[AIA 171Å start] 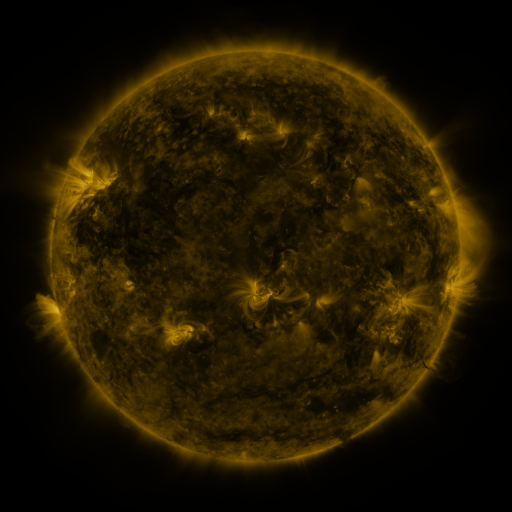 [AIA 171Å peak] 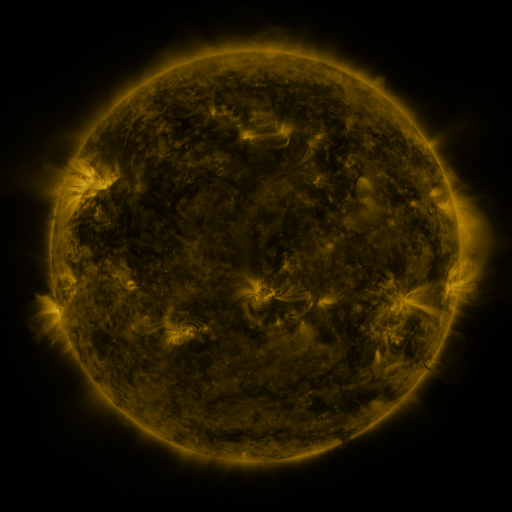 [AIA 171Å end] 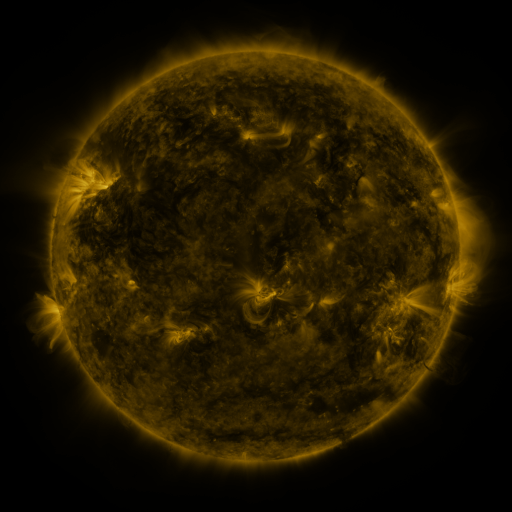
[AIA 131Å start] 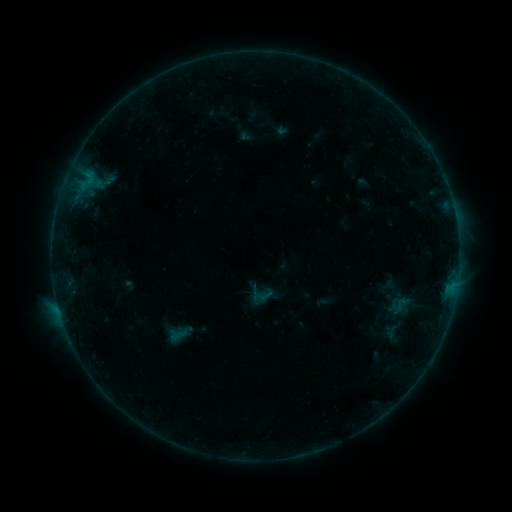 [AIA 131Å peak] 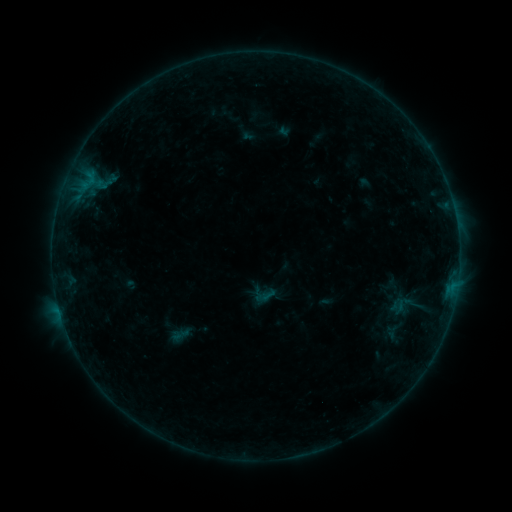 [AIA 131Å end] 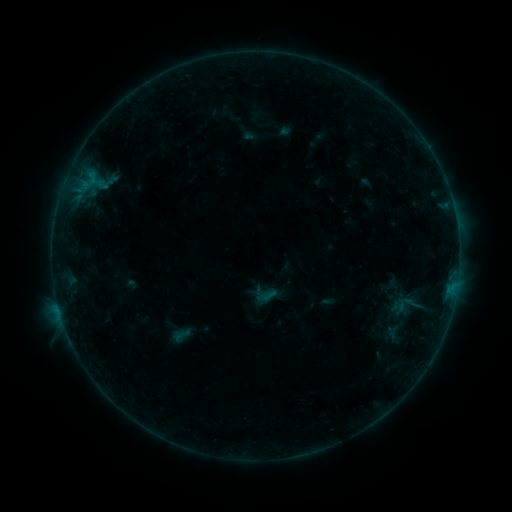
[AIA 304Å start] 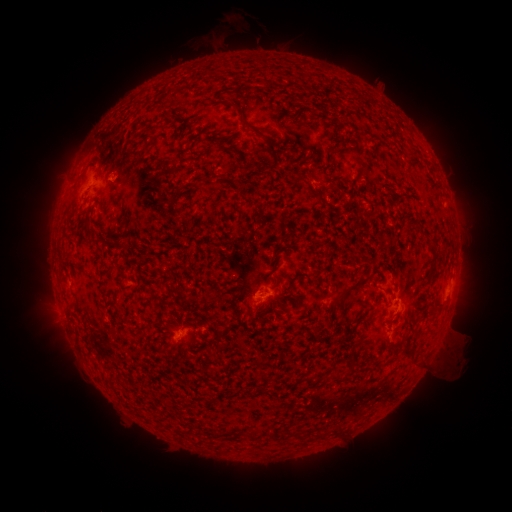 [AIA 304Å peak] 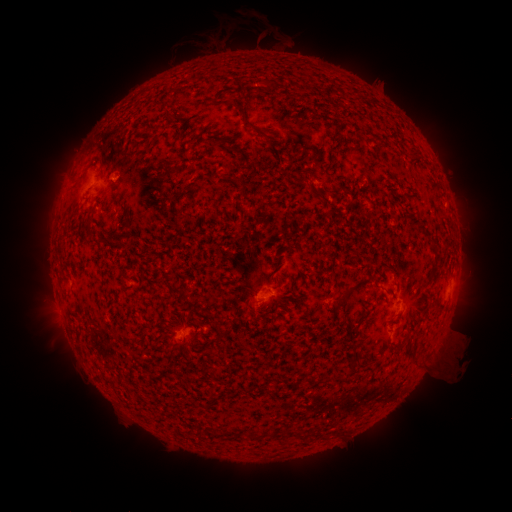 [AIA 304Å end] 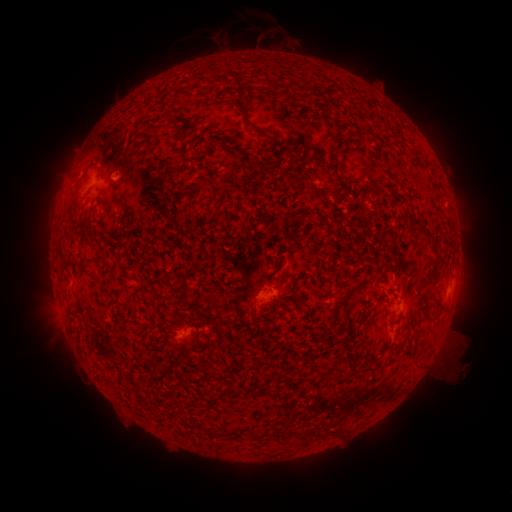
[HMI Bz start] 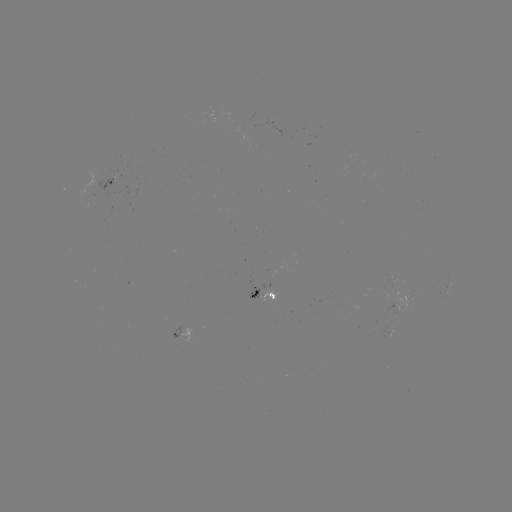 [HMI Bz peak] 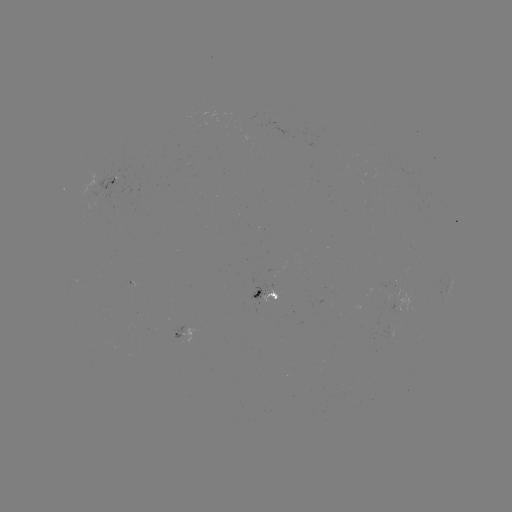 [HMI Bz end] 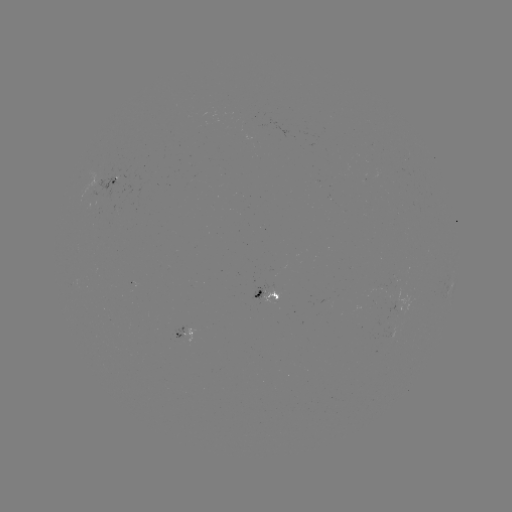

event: emerging-flux region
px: (101, 193)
